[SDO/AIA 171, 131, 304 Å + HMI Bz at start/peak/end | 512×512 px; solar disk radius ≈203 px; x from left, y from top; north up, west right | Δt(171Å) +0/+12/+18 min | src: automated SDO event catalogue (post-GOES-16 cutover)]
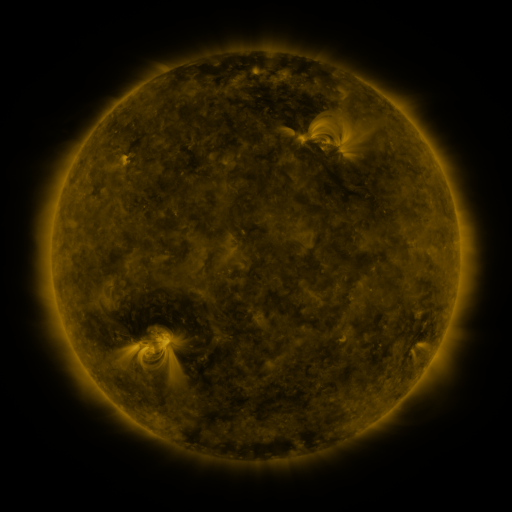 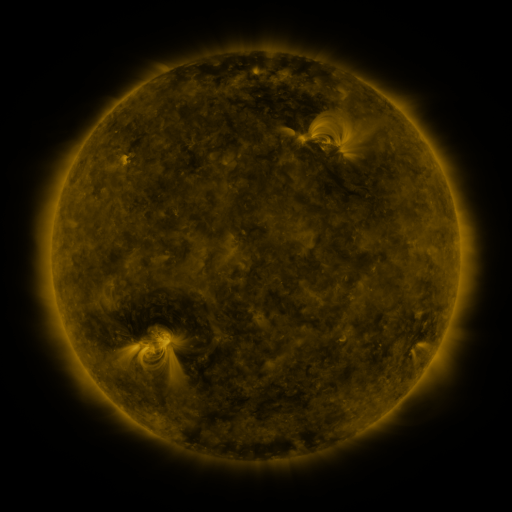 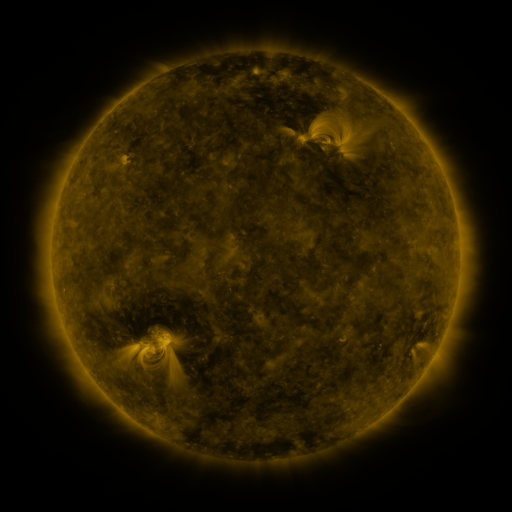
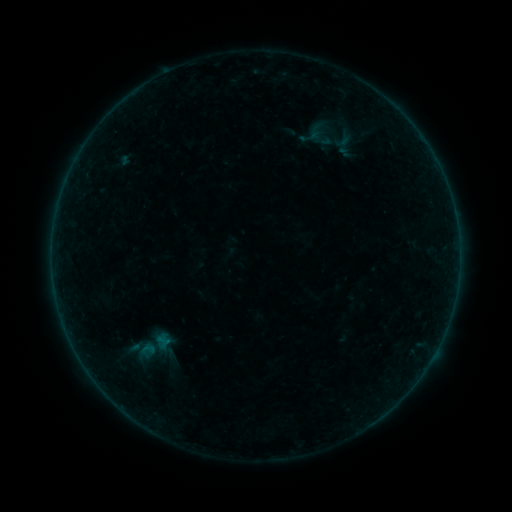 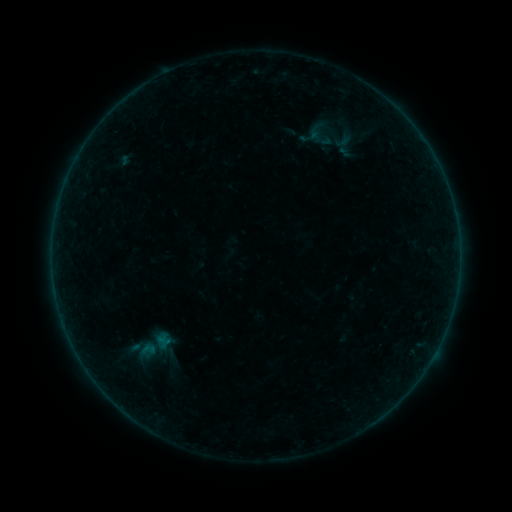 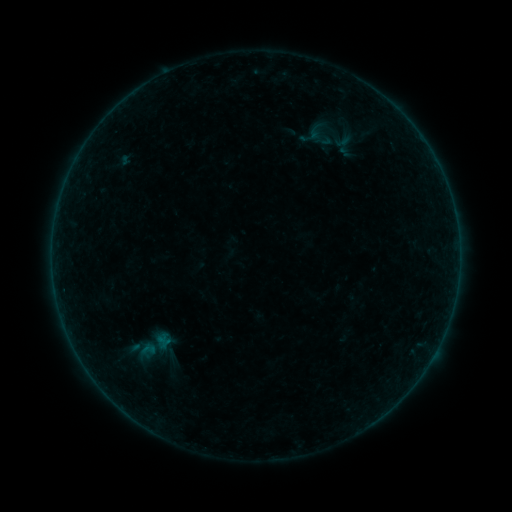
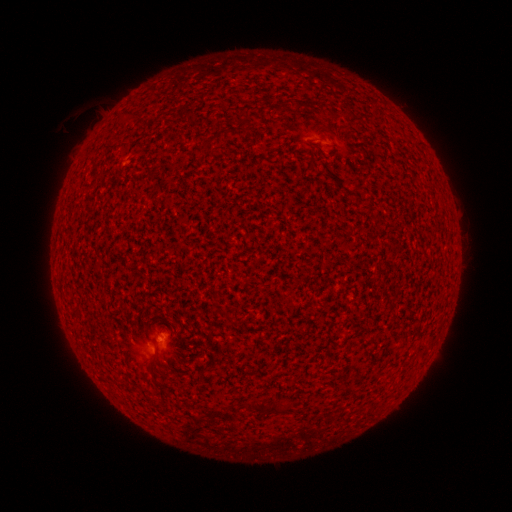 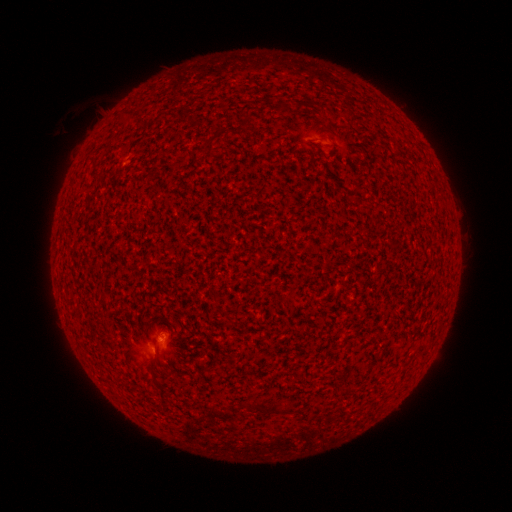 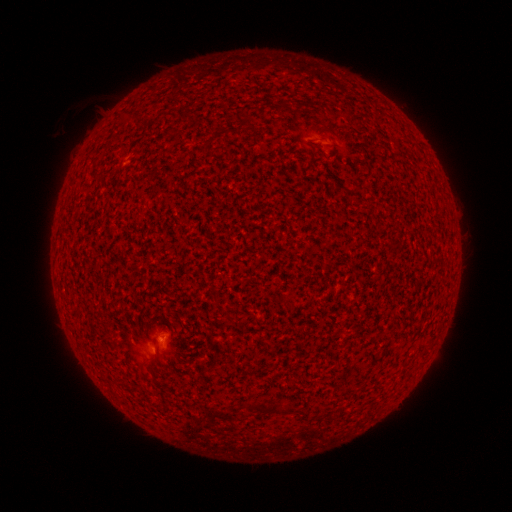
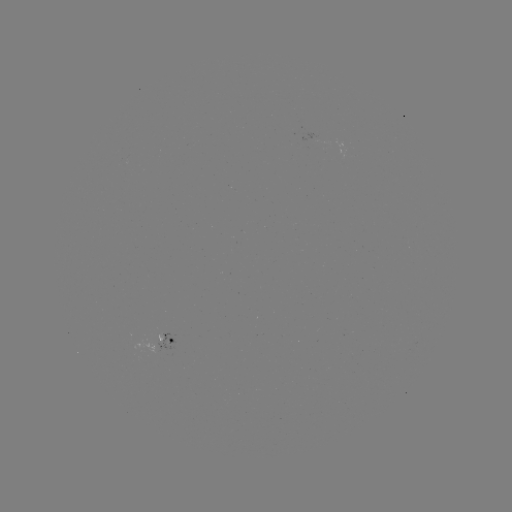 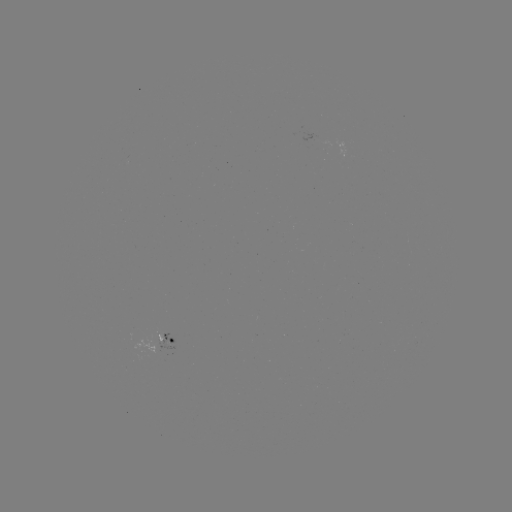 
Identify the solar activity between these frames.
A7.6 flare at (154, 348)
